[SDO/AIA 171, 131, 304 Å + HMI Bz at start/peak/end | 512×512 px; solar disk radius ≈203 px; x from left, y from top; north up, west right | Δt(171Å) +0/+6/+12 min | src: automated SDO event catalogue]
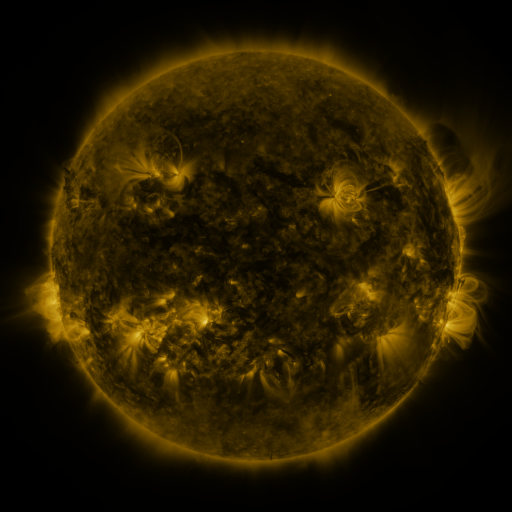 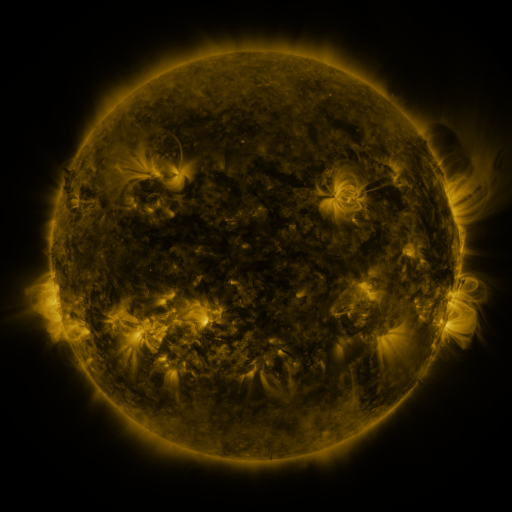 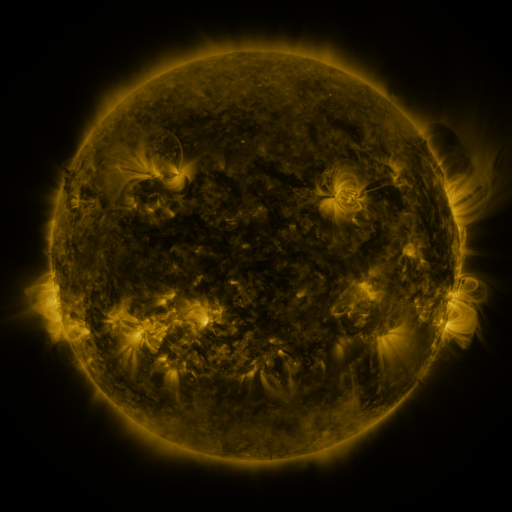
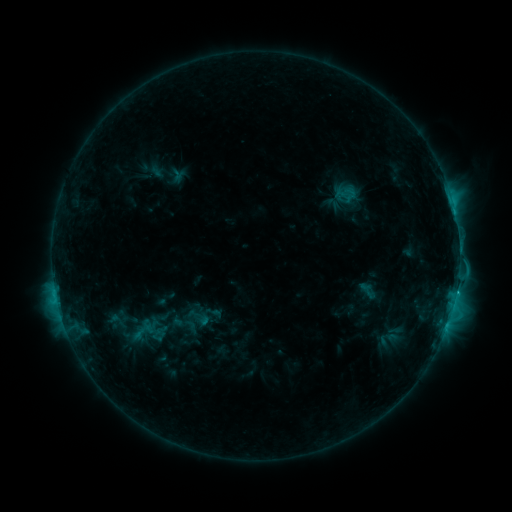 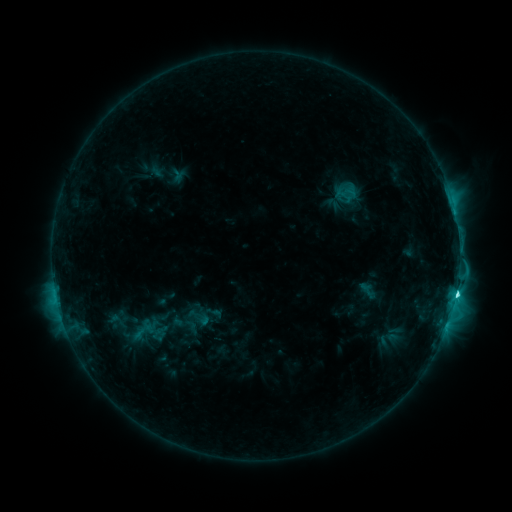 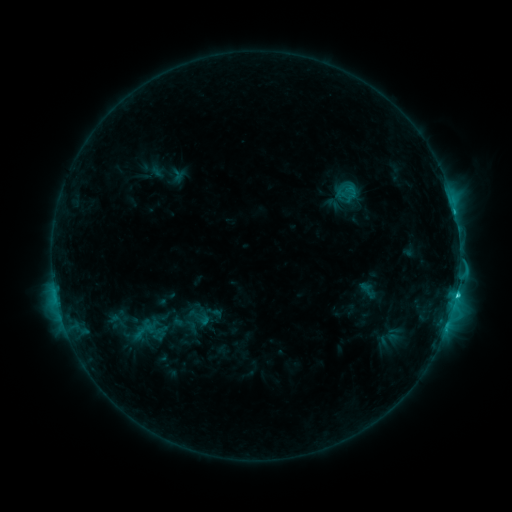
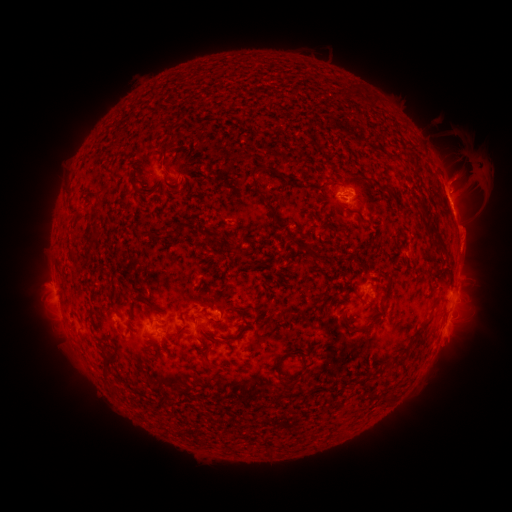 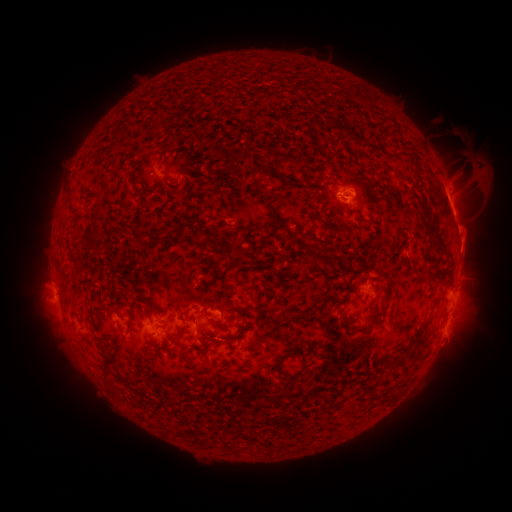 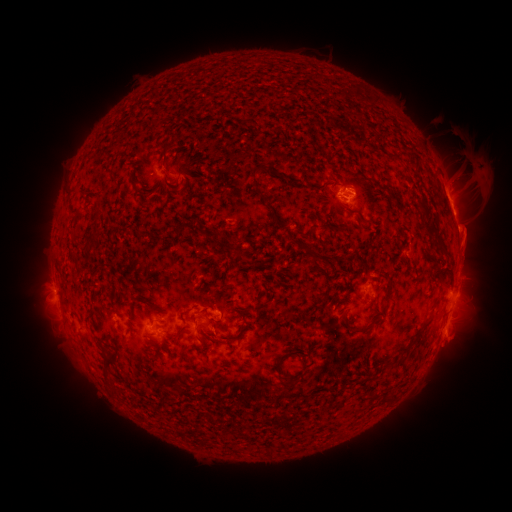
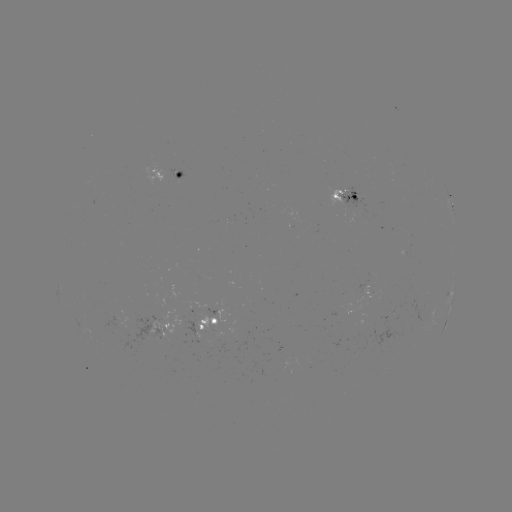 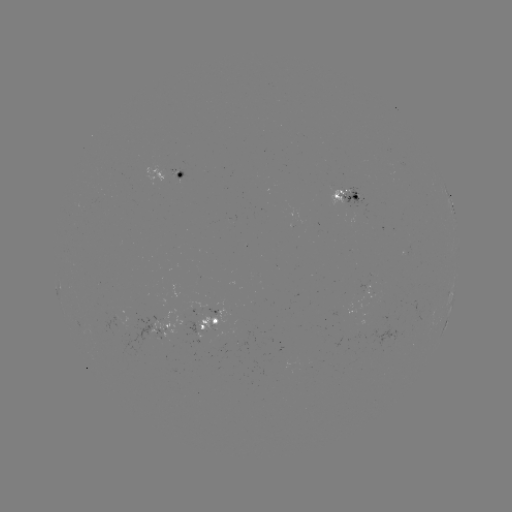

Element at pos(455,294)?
C7.5 flare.